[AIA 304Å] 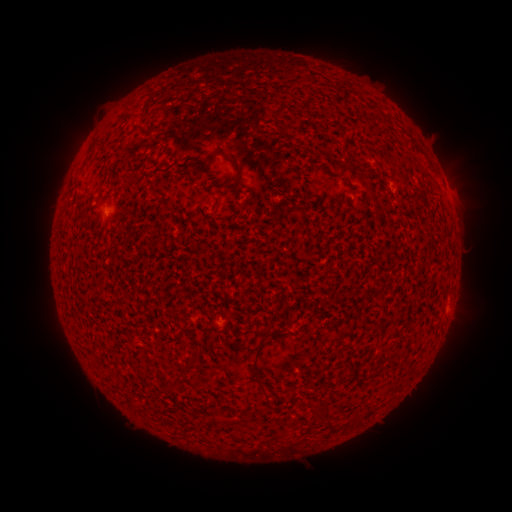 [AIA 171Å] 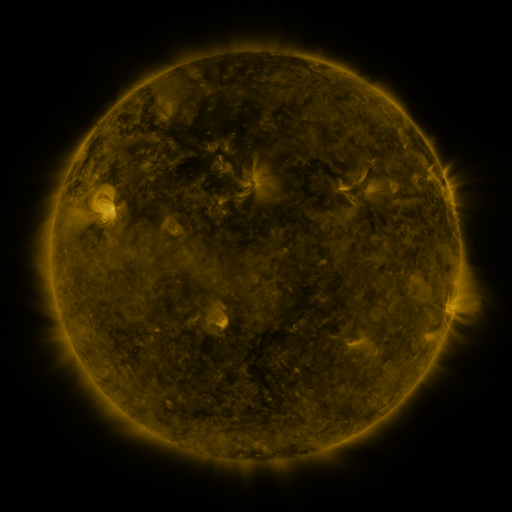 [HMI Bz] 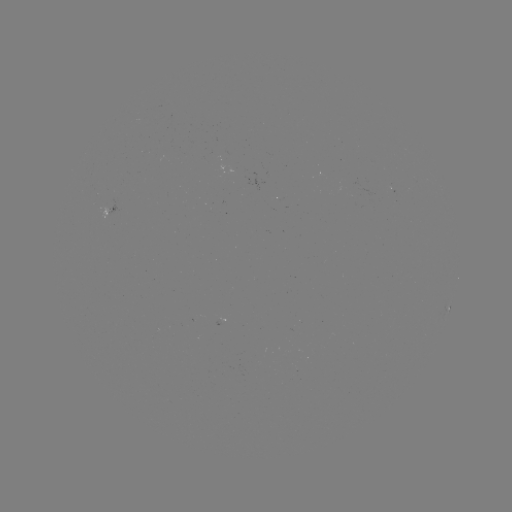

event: spotted active region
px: (448, 307)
